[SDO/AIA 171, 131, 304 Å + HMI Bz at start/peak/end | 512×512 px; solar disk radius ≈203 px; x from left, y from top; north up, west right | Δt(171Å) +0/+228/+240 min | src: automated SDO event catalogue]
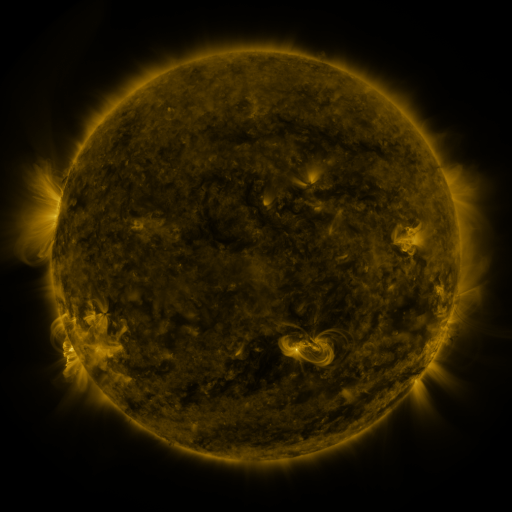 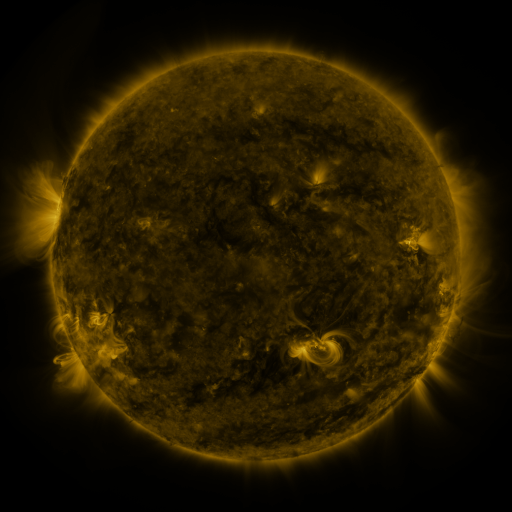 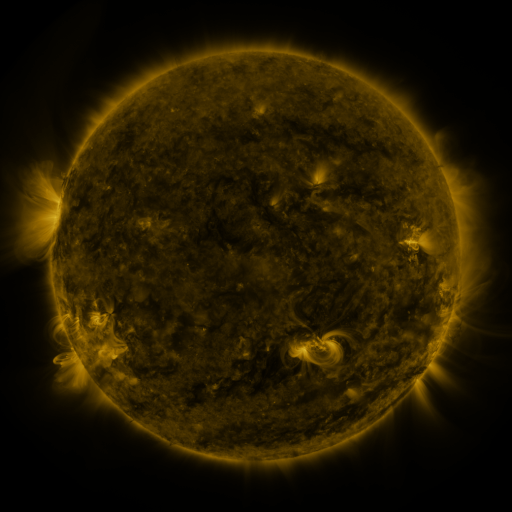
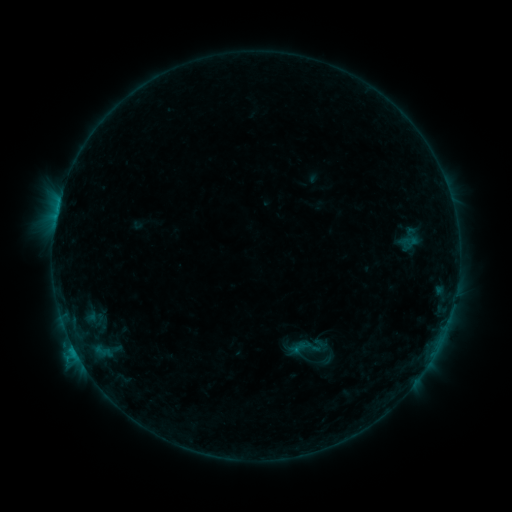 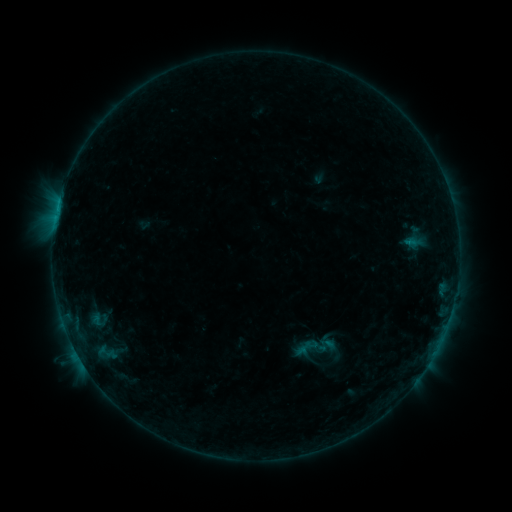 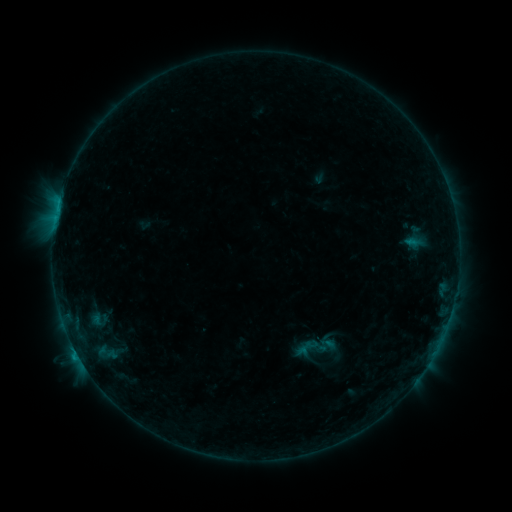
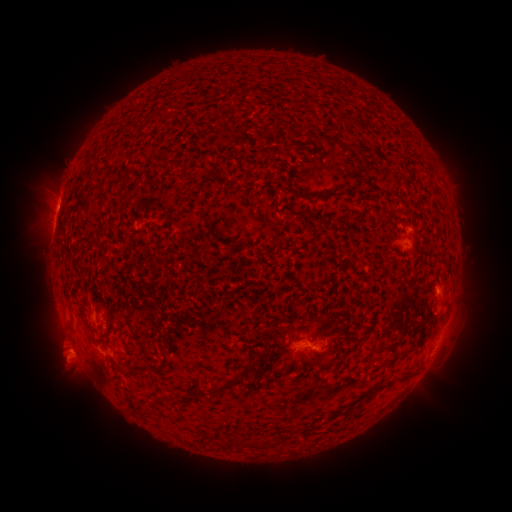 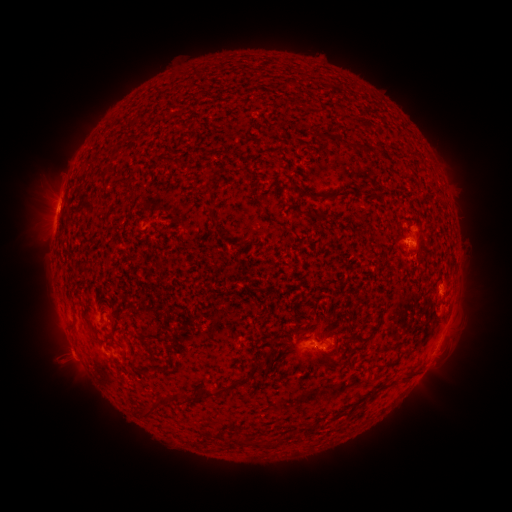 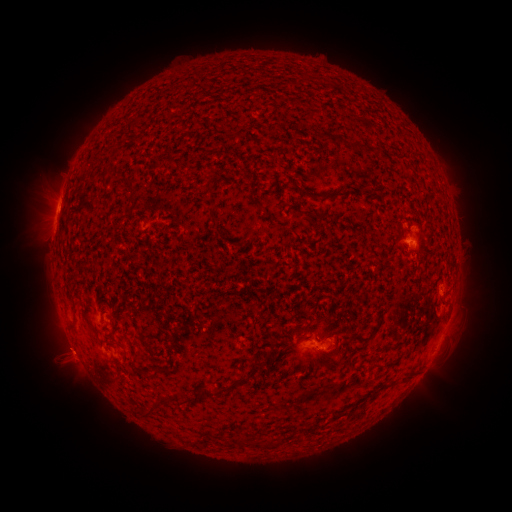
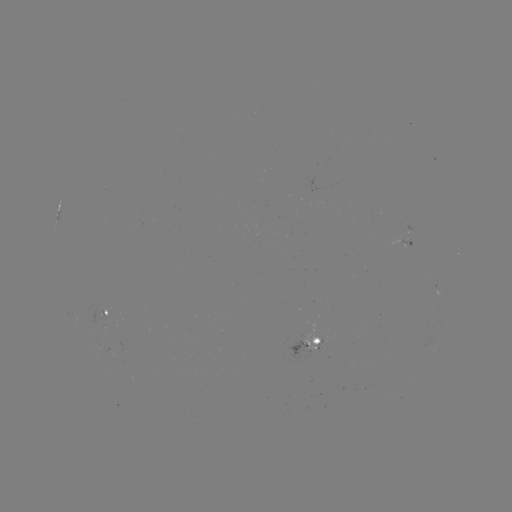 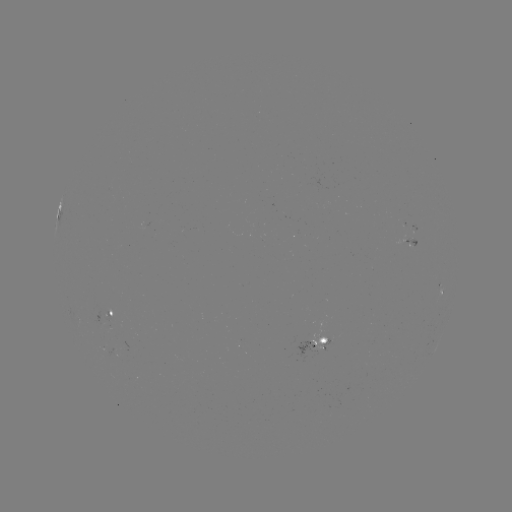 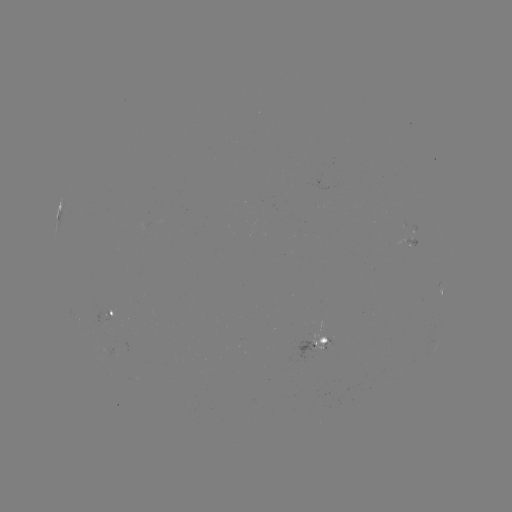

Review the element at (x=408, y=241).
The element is emerging-flux region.